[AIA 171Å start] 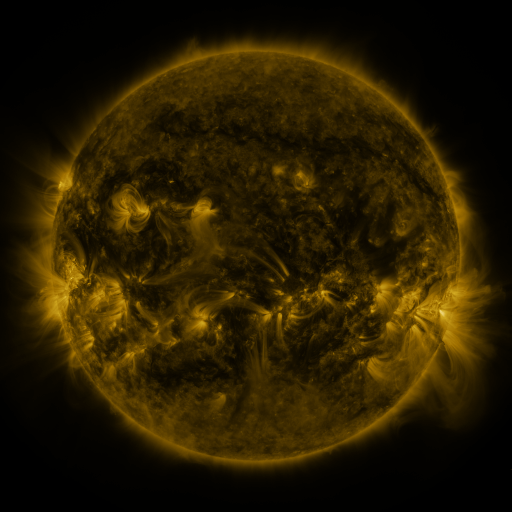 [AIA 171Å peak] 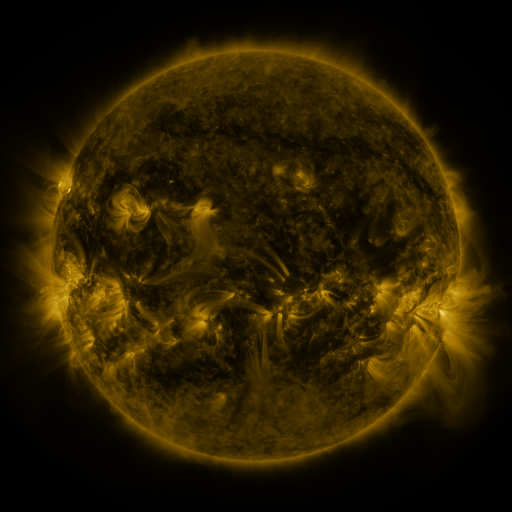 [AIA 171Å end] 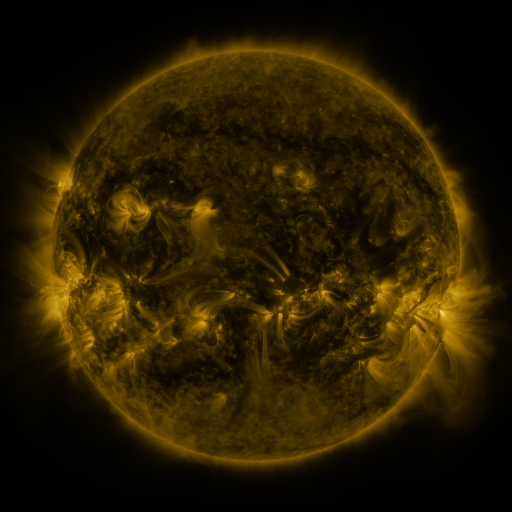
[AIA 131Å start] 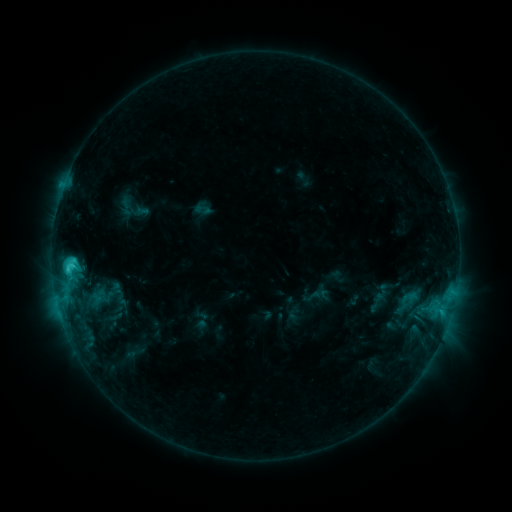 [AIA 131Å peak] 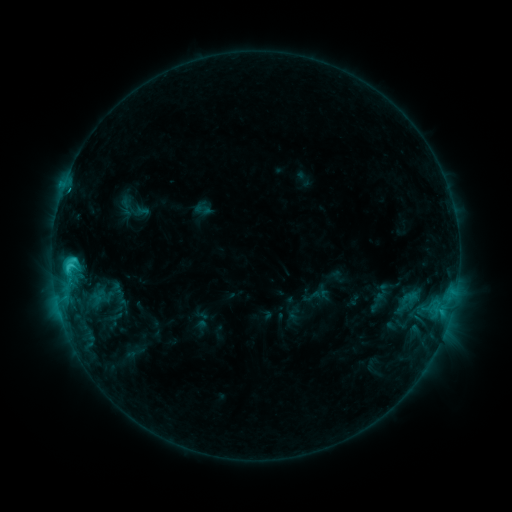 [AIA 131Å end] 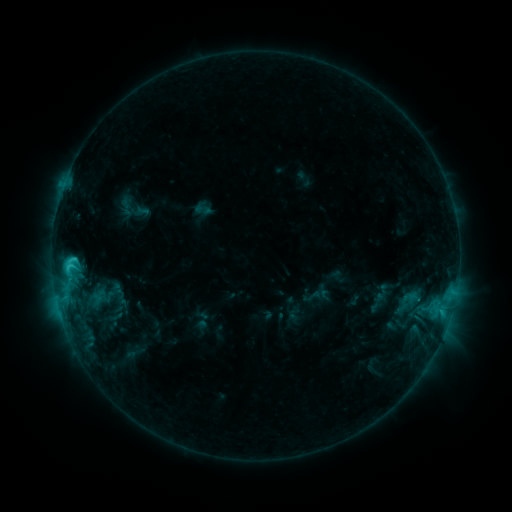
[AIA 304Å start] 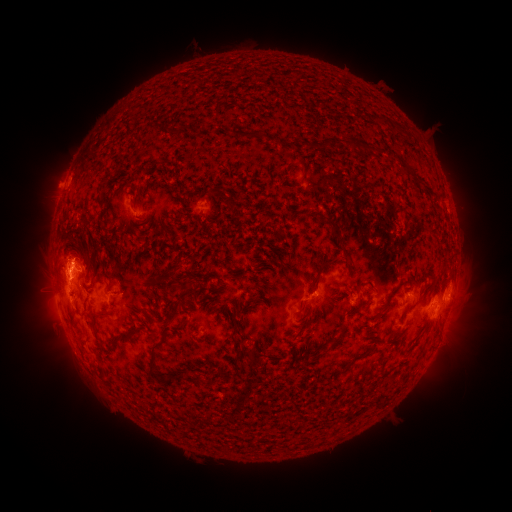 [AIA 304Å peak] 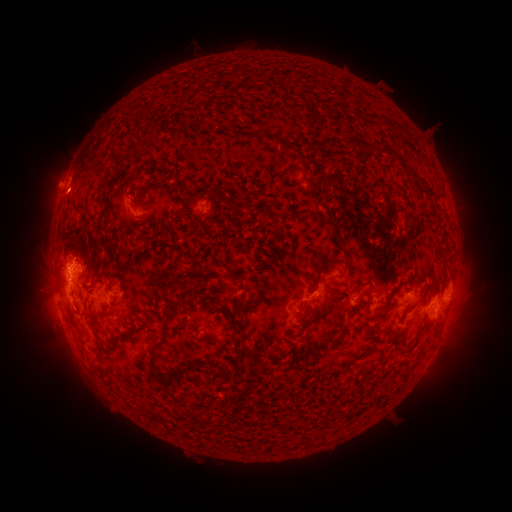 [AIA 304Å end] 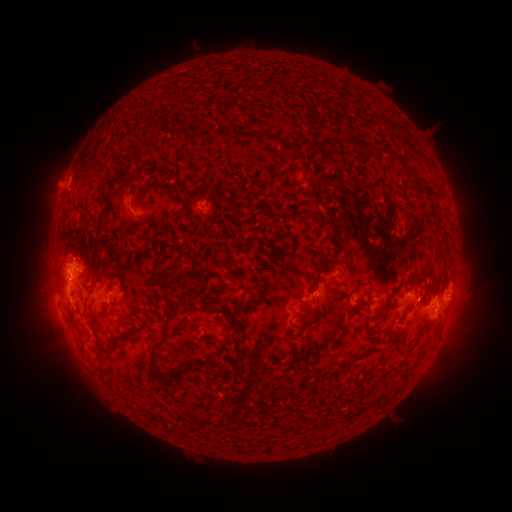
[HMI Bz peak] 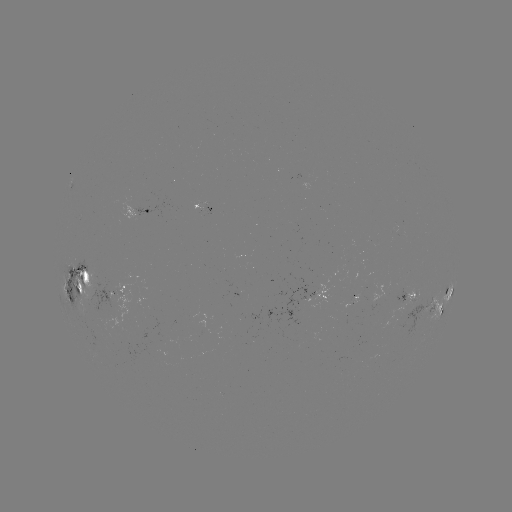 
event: eruption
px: (66, 196)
